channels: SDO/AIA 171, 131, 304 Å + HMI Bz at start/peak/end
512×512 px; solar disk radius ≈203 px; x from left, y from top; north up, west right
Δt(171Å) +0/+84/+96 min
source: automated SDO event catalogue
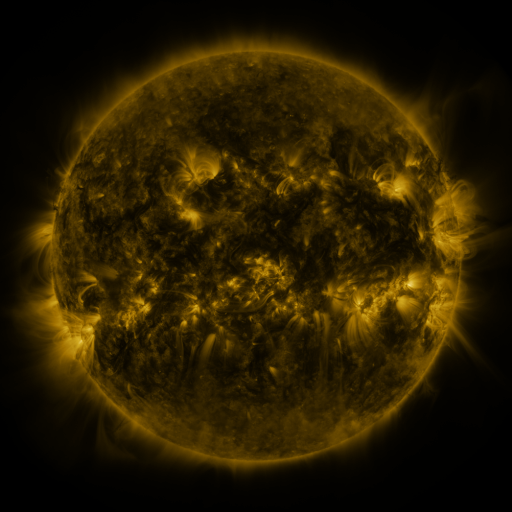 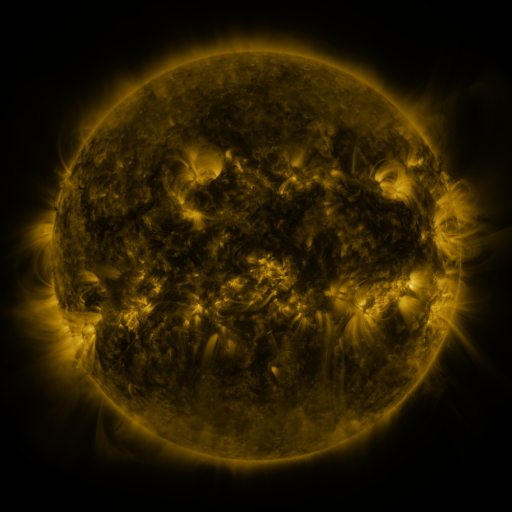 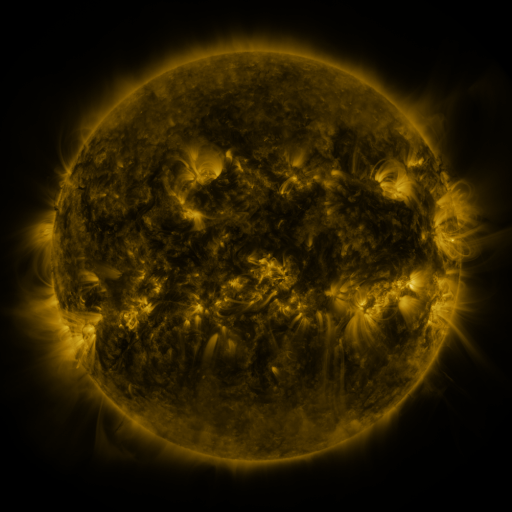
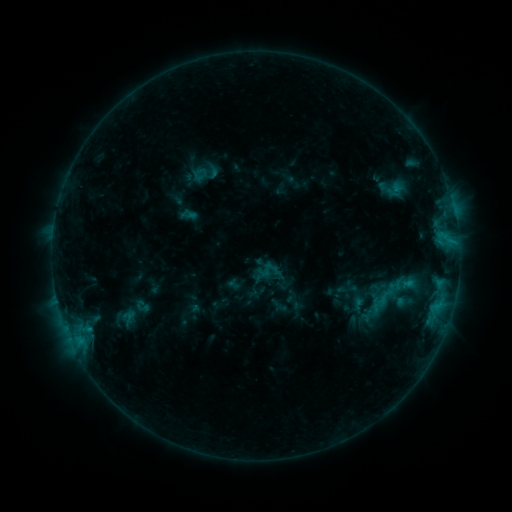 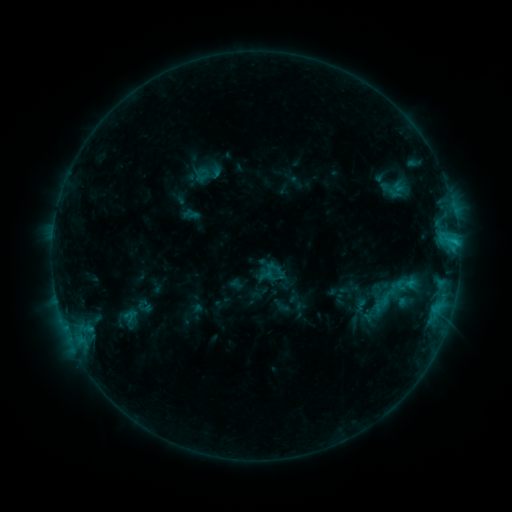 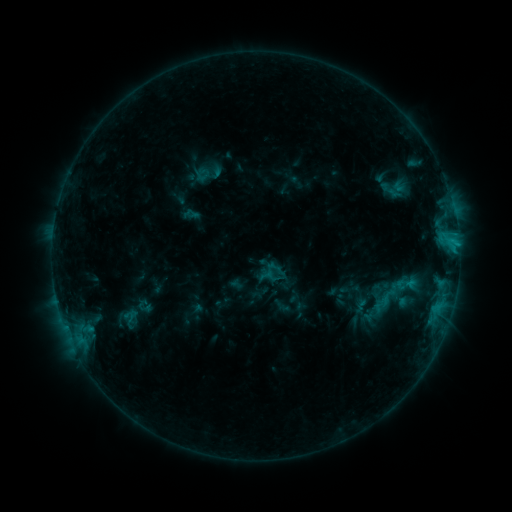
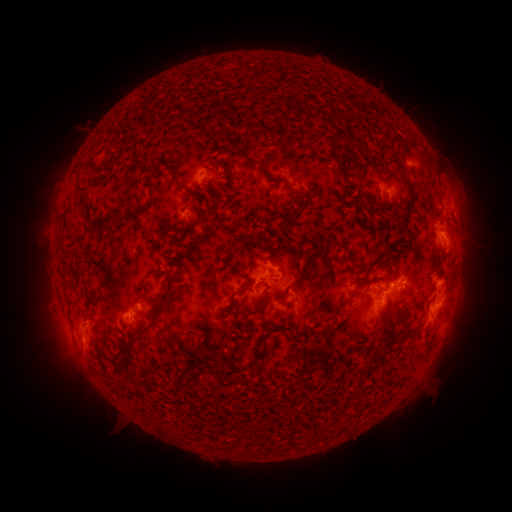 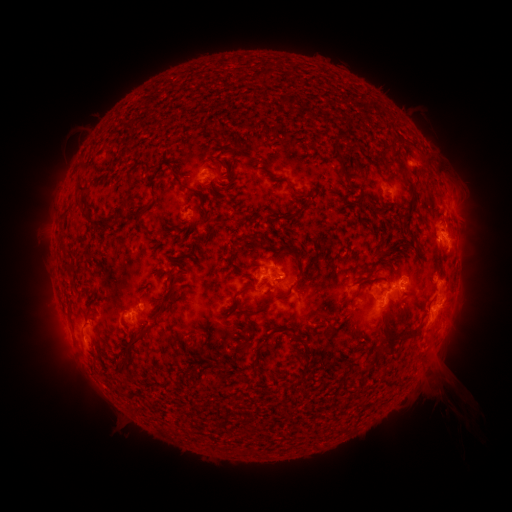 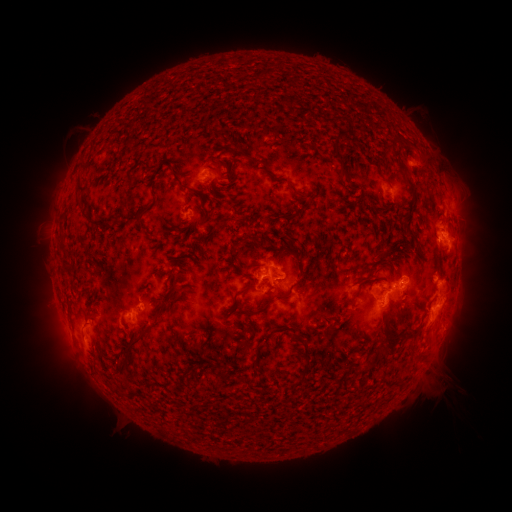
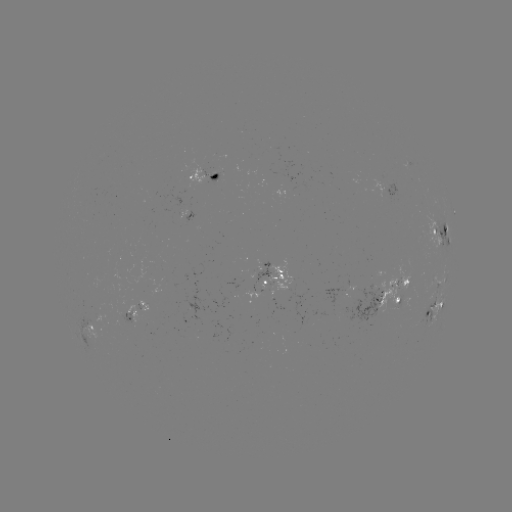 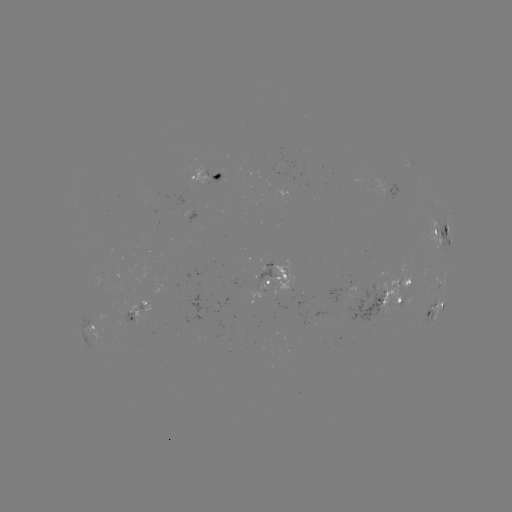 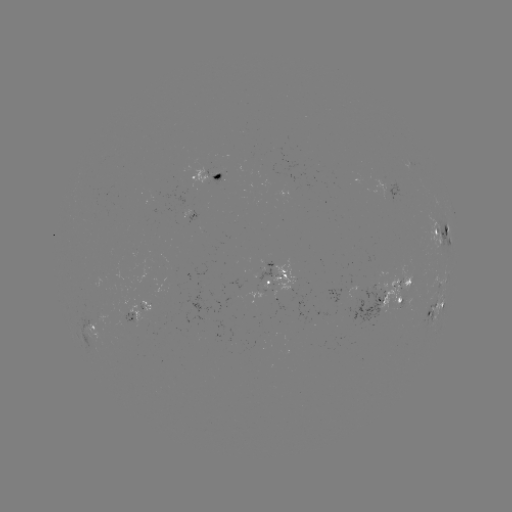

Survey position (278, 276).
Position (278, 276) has emerging-flux region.